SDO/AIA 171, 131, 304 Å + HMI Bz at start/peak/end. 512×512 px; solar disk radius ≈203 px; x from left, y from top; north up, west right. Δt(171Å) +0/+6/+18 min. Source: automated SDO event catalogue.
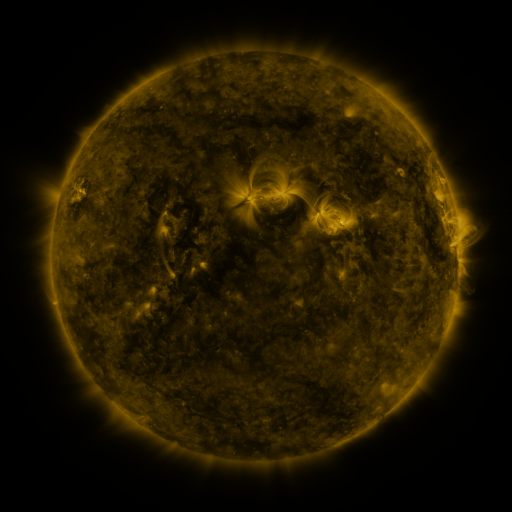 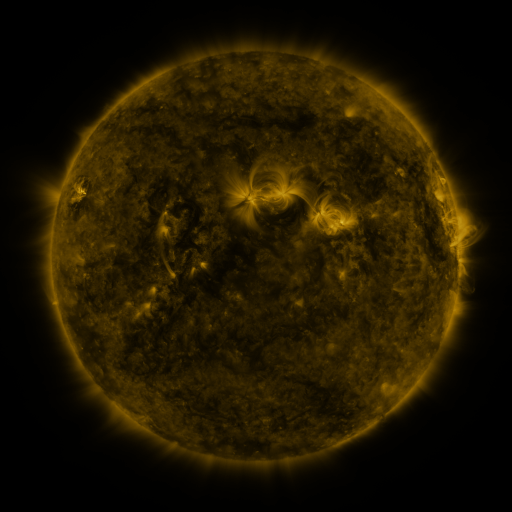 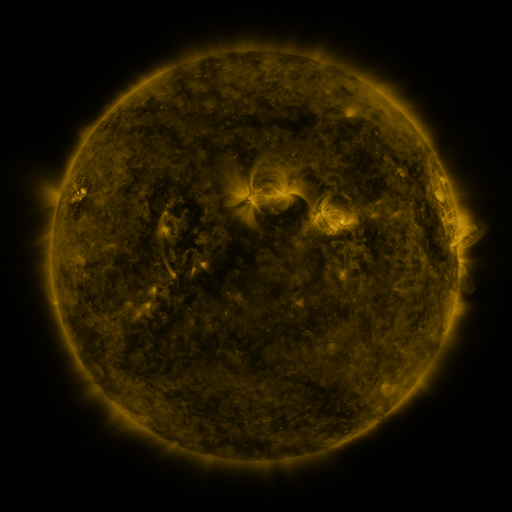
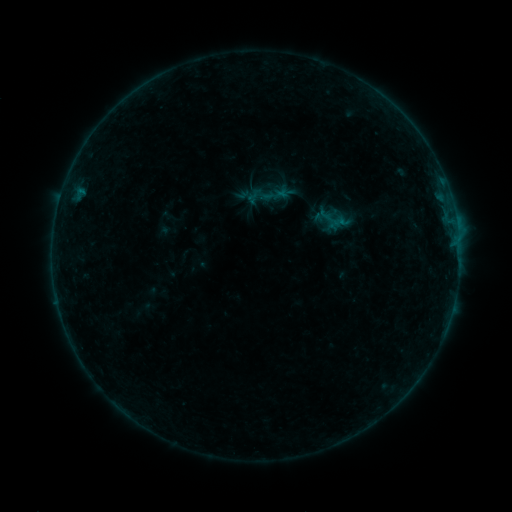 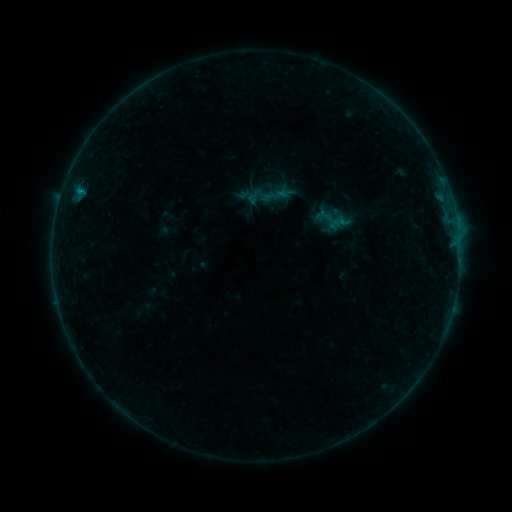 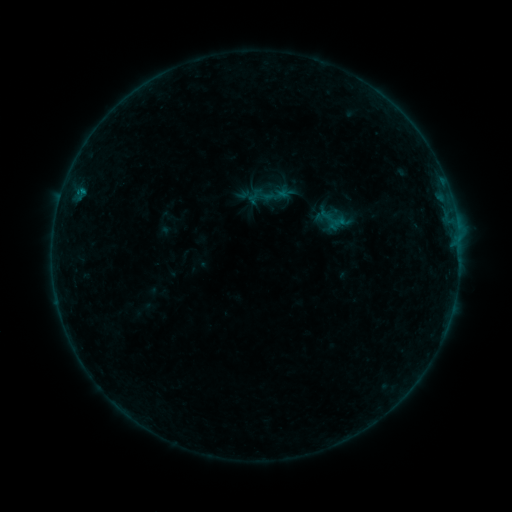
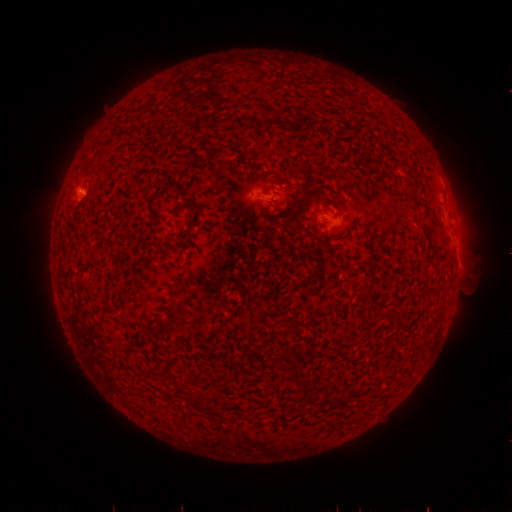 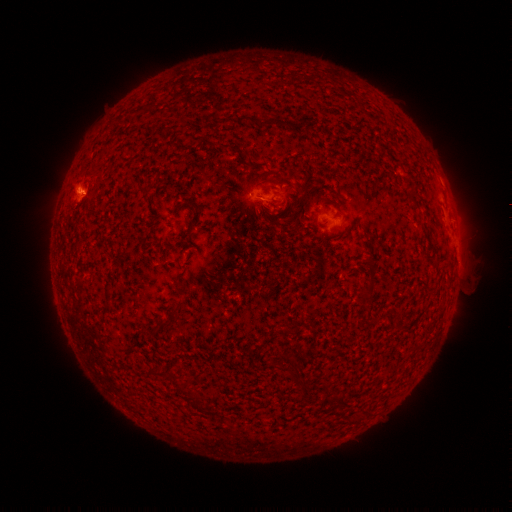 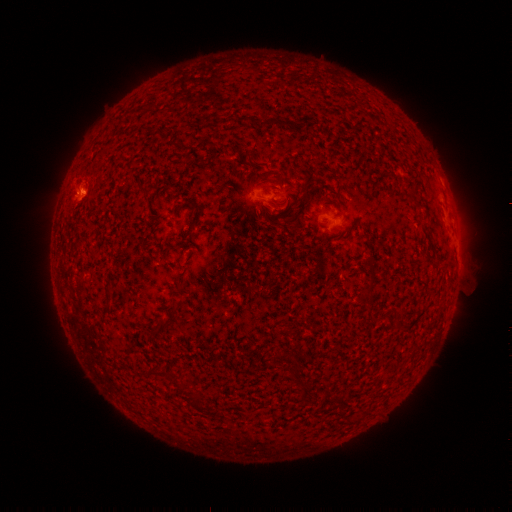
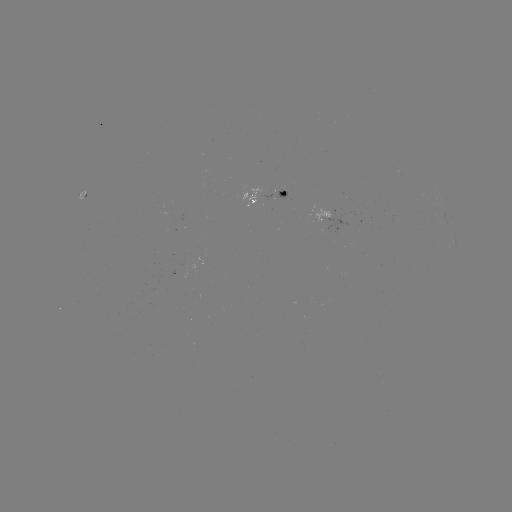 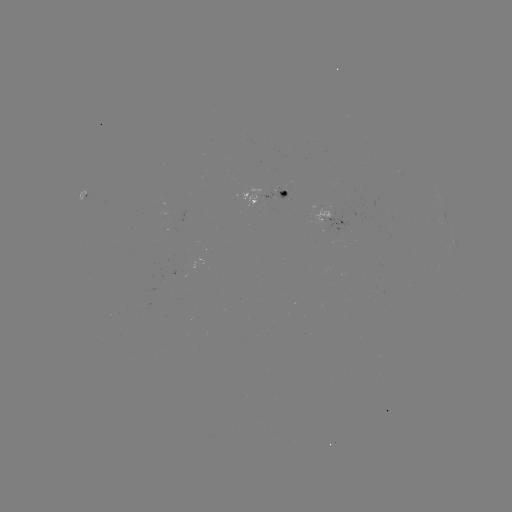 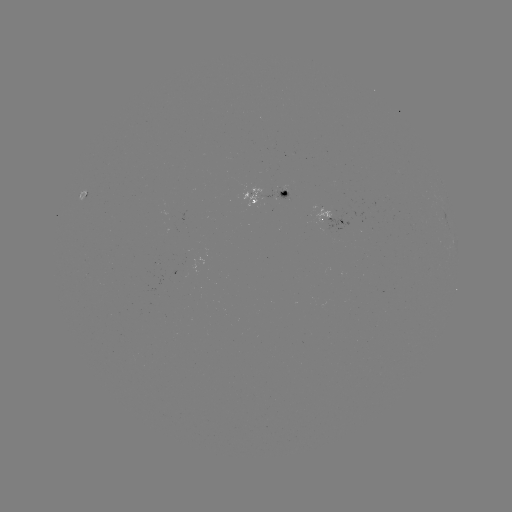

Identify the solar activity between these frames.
B2.6 flare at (80, 191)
